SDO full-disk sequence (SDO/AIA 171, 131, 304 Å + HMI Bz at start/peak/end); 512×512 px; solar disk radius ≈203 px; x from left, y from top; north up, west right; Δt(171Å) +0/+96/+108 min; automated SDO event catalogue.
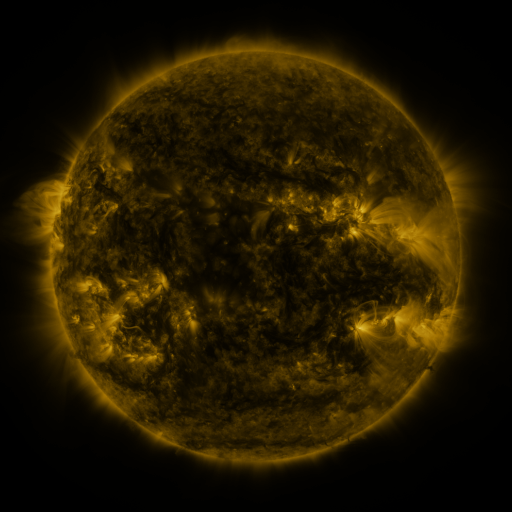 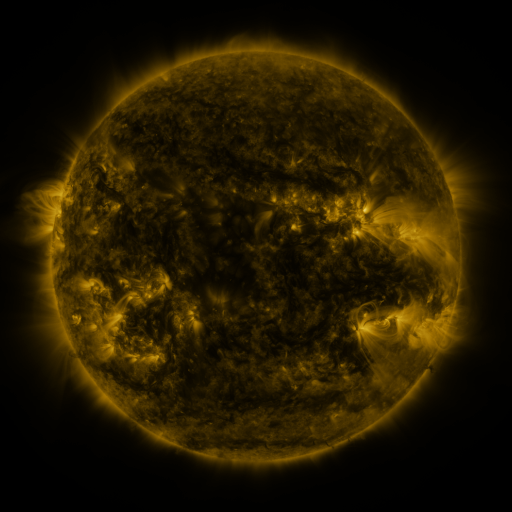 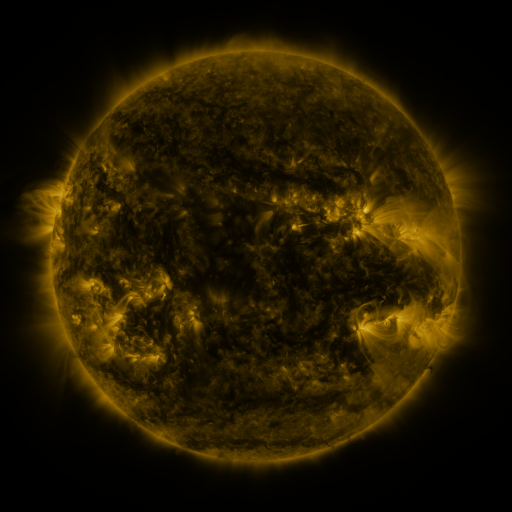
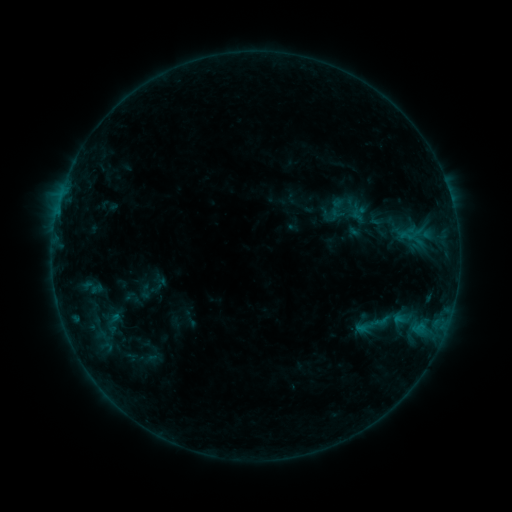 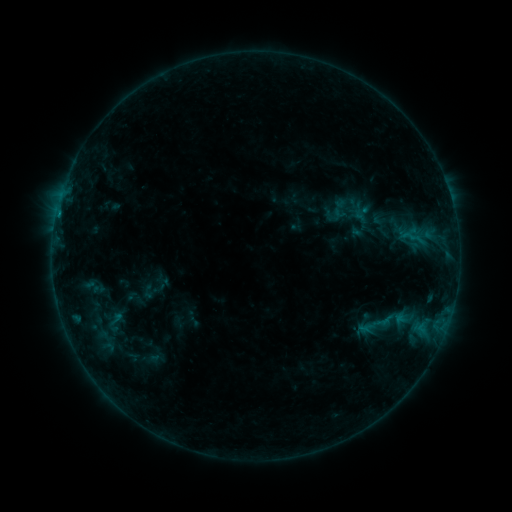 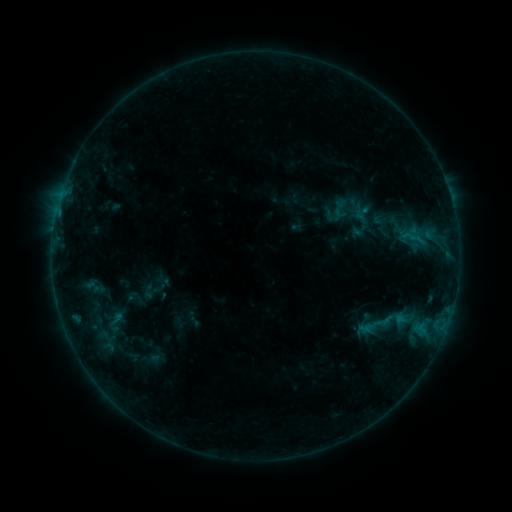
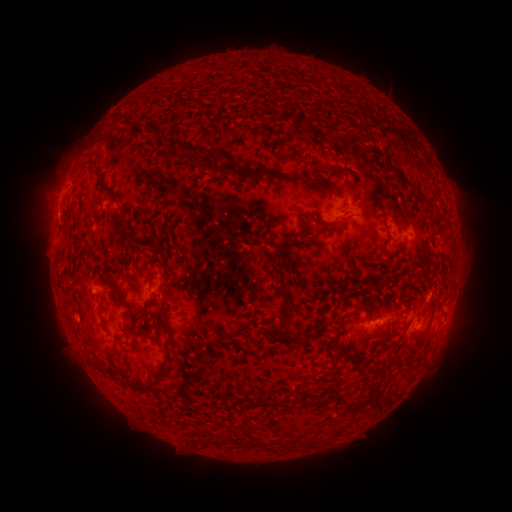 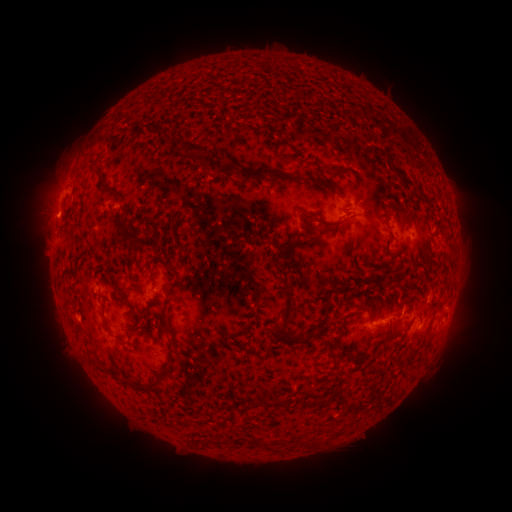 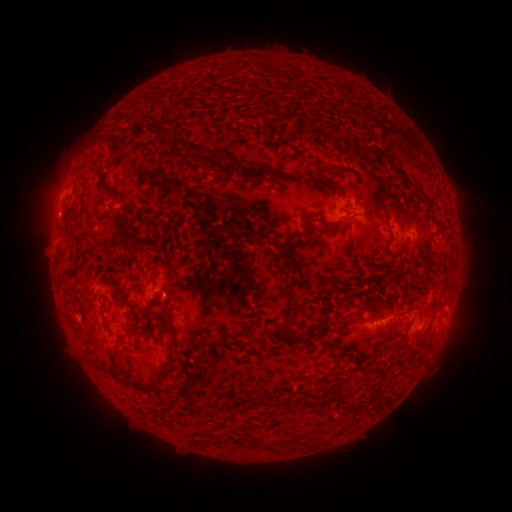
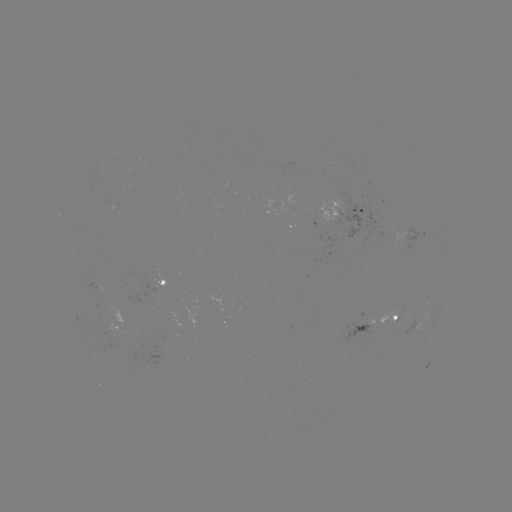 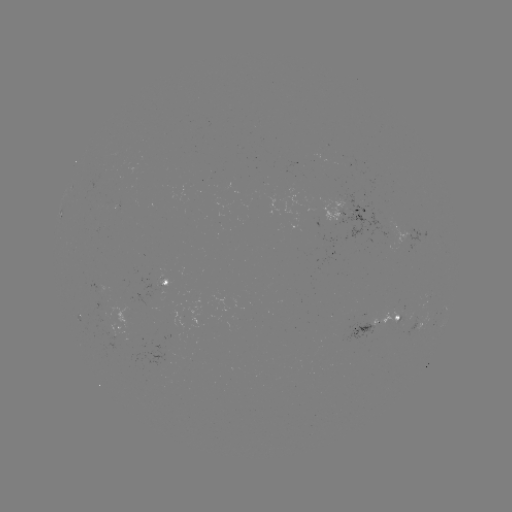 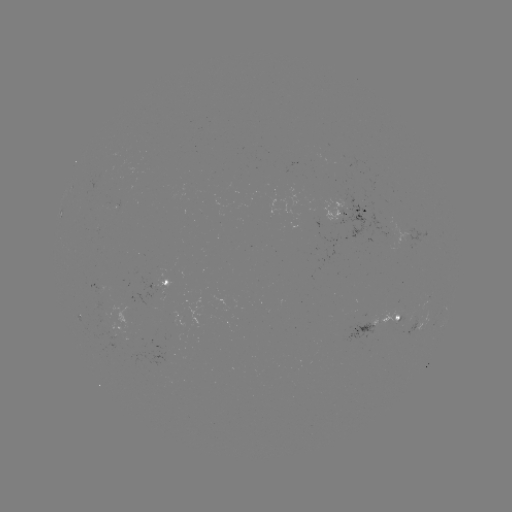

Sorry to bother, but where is emerging-flux region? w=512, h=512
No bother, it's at (385, 320).